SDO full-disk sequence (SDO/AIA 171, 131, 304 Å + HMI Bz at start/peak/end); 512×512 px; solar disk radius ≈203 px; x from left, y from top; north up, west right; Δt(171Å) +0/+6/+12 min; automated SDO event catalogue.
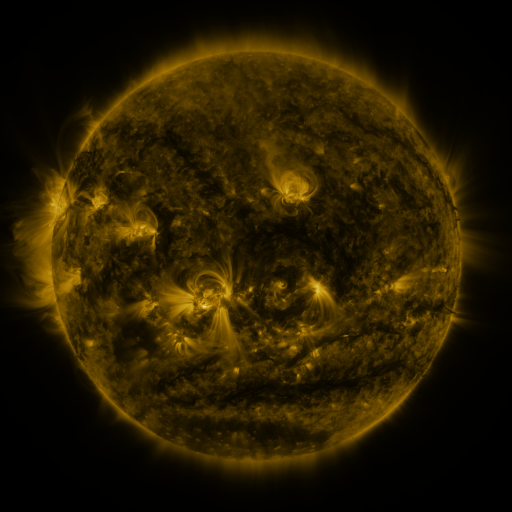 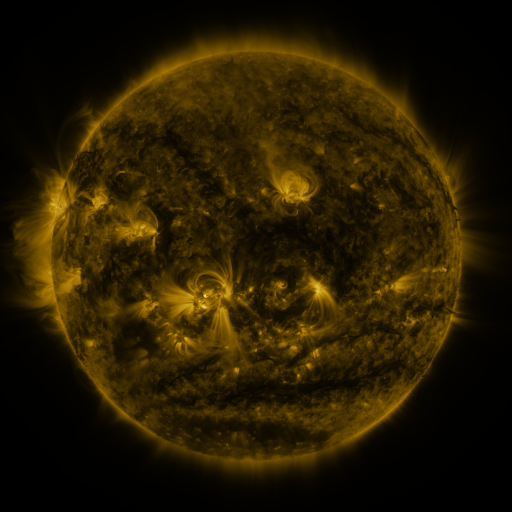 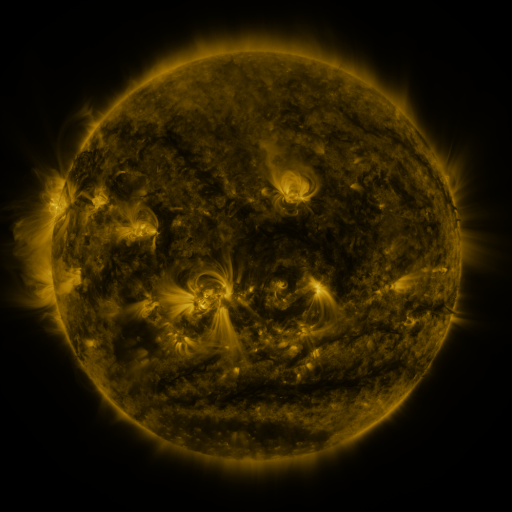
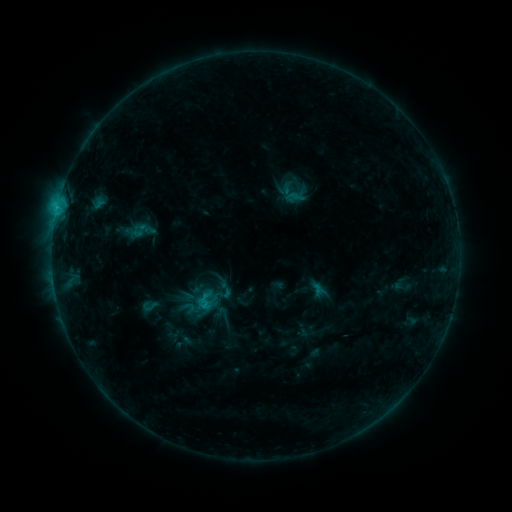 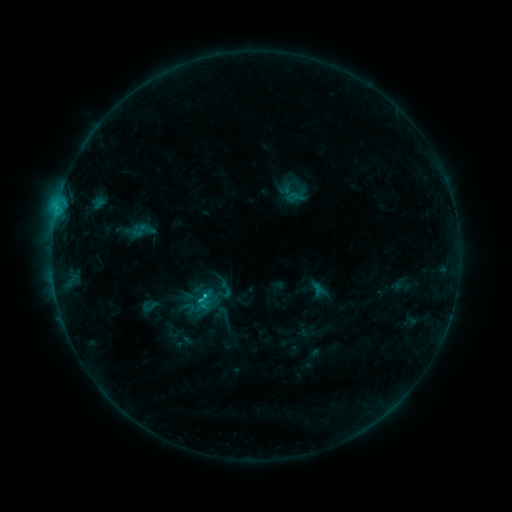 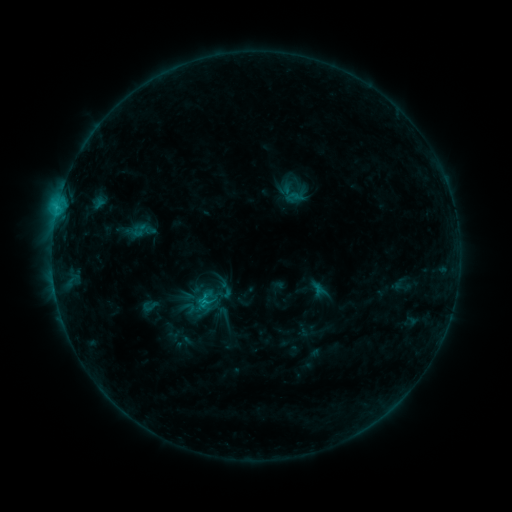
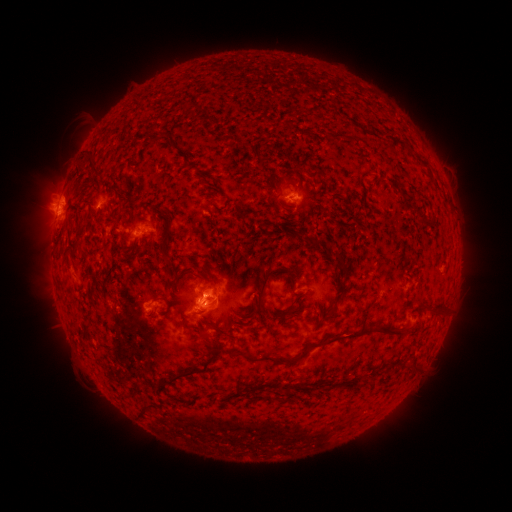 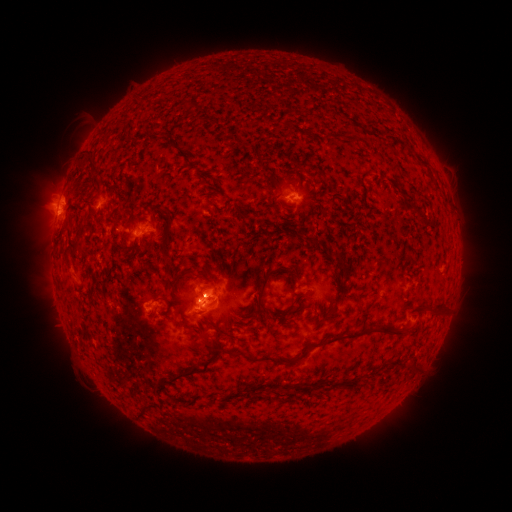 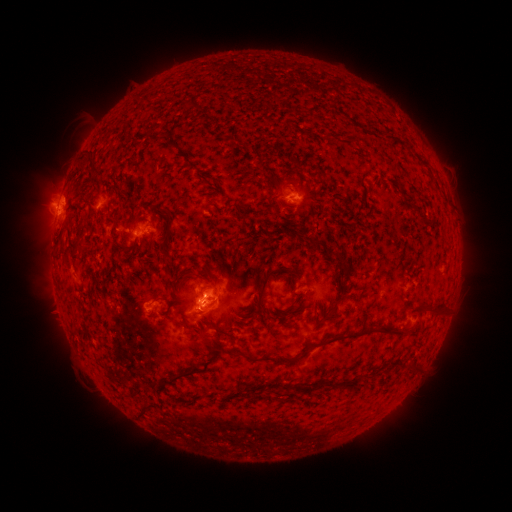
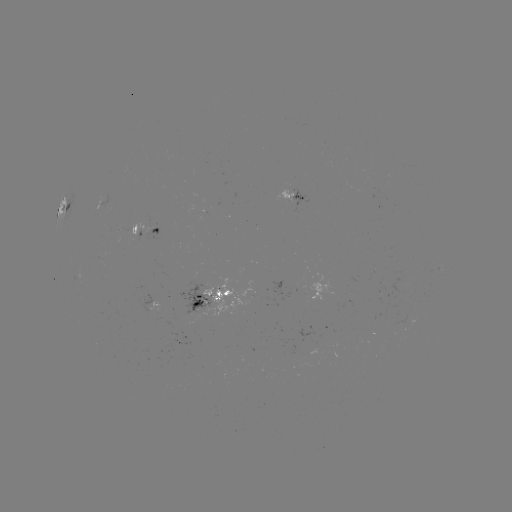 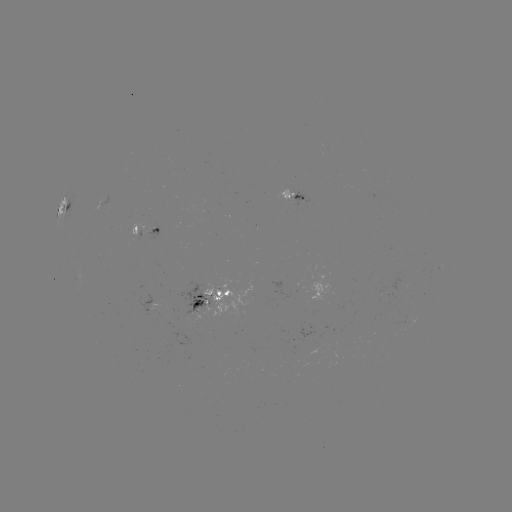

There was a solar flare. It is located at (204, 296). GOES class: C1.3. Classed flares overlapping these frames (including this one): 1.